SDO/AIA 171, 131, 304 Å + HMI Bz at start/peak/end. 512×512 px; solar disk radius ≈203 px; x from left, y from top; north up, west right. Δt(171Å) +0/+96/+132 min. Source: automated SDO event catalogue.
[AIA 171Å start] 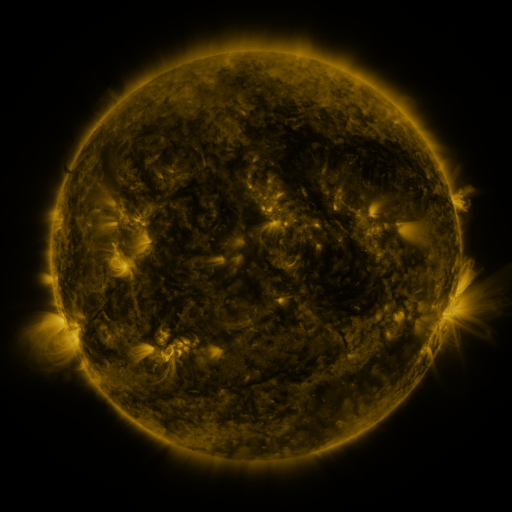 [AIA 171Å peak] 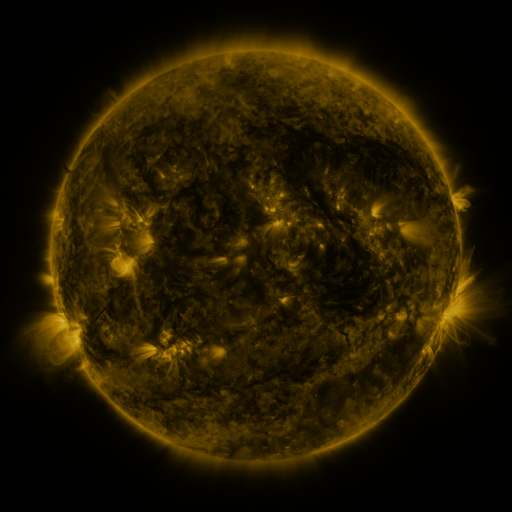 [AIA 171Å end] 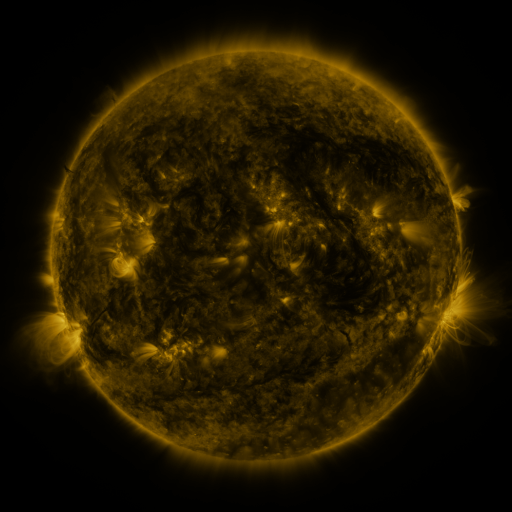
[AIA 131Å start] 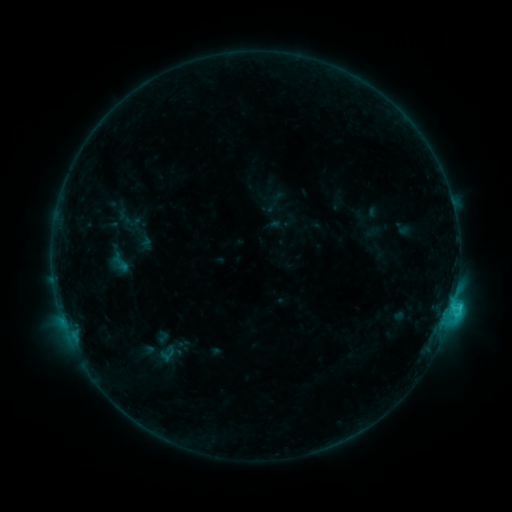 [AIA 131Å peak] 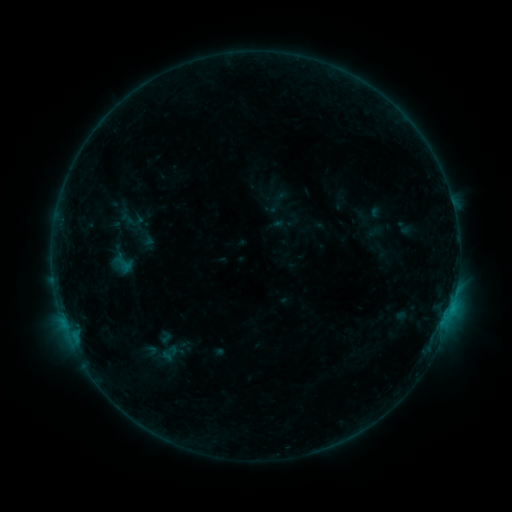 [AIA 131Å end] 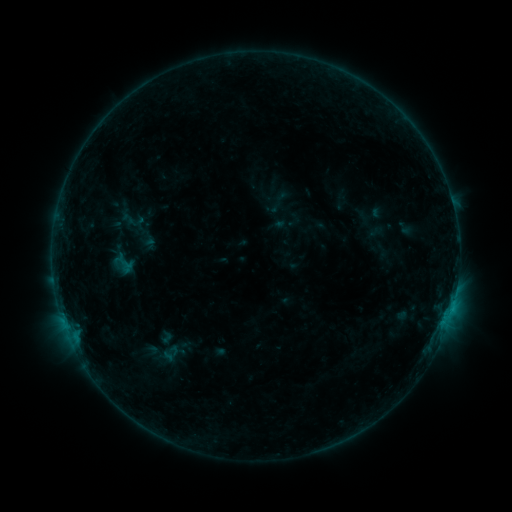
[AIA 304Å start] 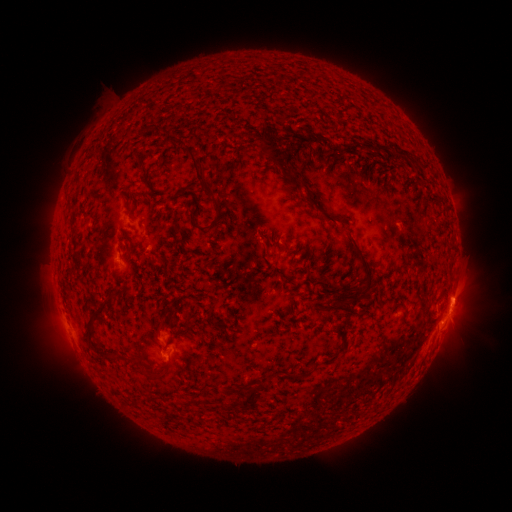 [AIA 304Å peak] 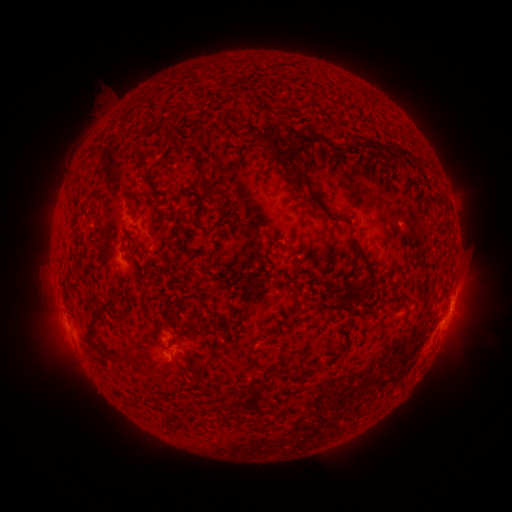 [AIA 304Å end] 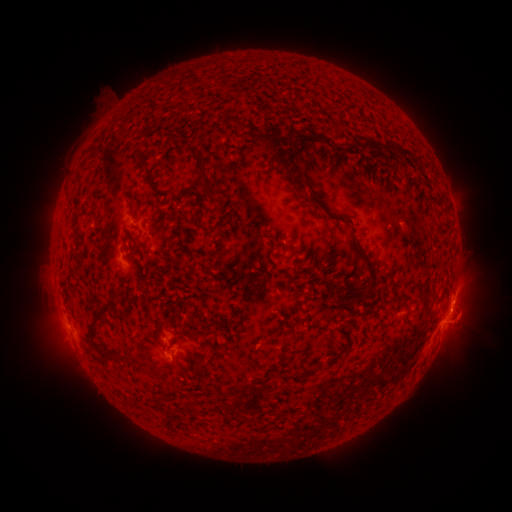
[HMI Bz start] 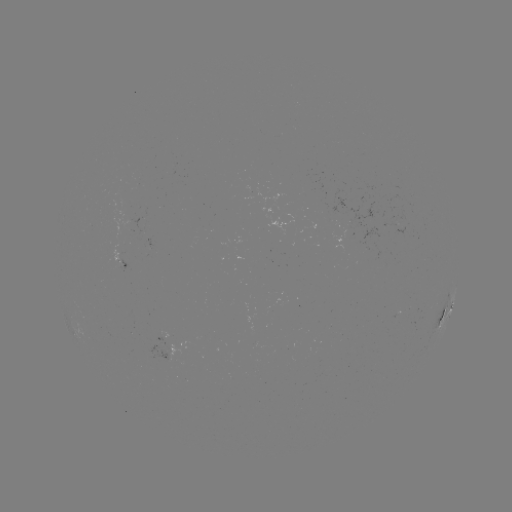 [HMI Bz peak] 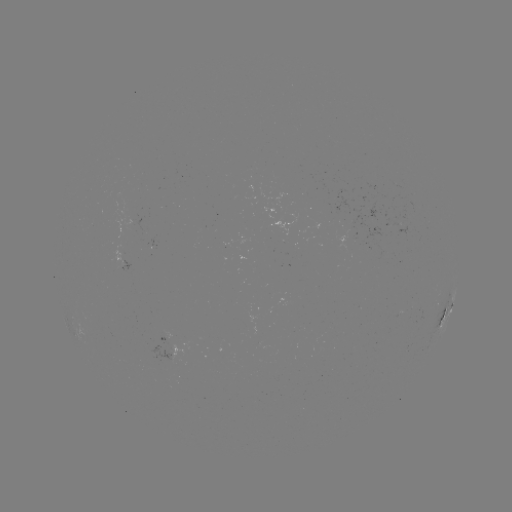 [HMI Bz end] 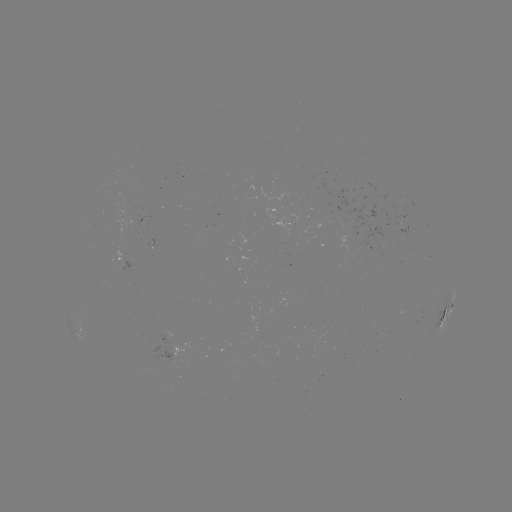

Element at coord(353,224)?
emerging-flux region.